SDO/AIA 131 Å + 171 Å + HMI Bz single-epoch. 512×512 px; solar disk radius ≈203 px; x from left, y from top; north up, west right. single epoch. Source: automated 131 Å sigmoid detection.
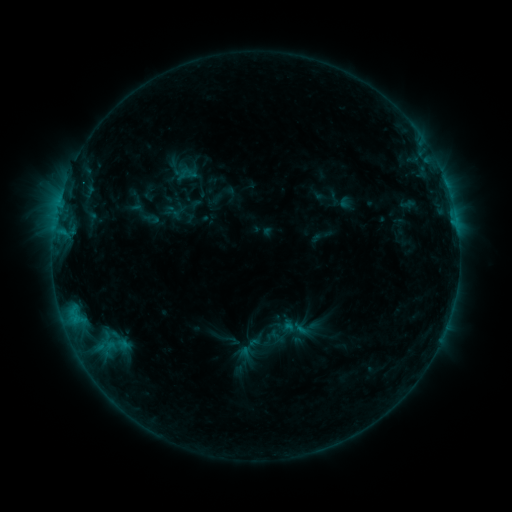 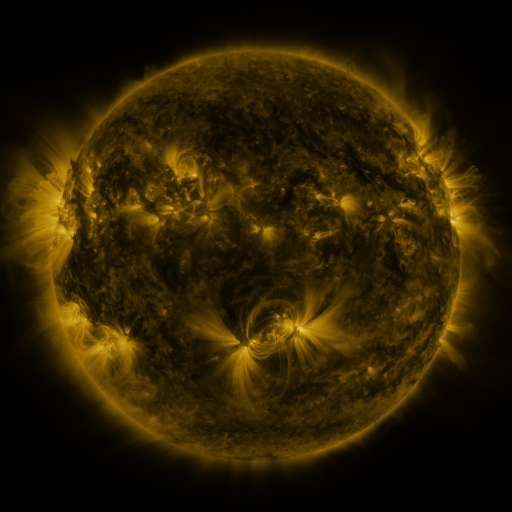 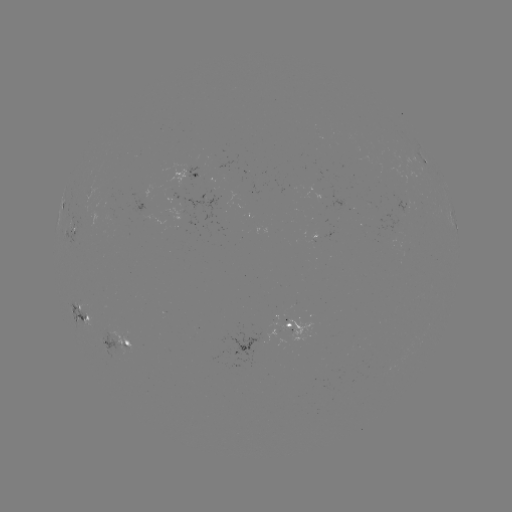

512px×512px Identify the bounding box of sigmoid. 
[143, 210, 160, 227].